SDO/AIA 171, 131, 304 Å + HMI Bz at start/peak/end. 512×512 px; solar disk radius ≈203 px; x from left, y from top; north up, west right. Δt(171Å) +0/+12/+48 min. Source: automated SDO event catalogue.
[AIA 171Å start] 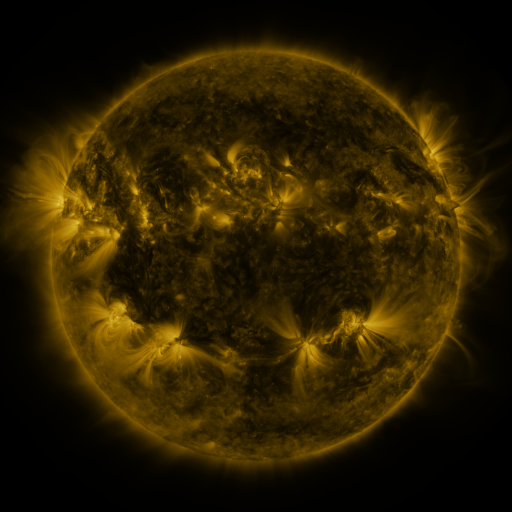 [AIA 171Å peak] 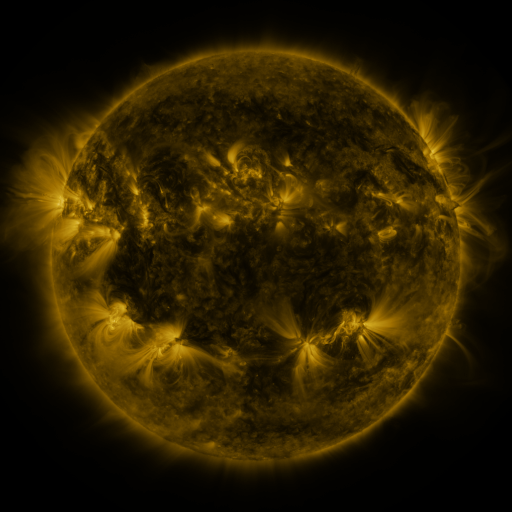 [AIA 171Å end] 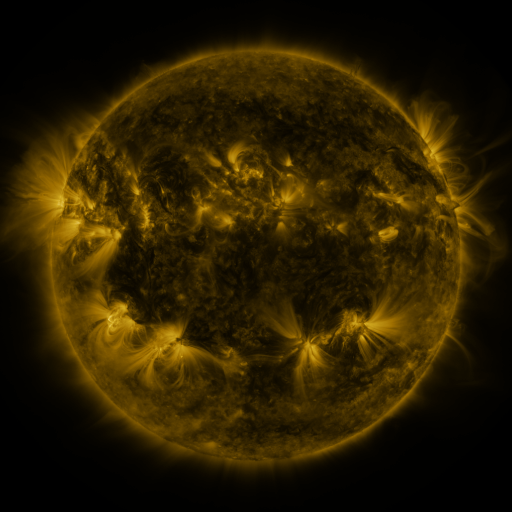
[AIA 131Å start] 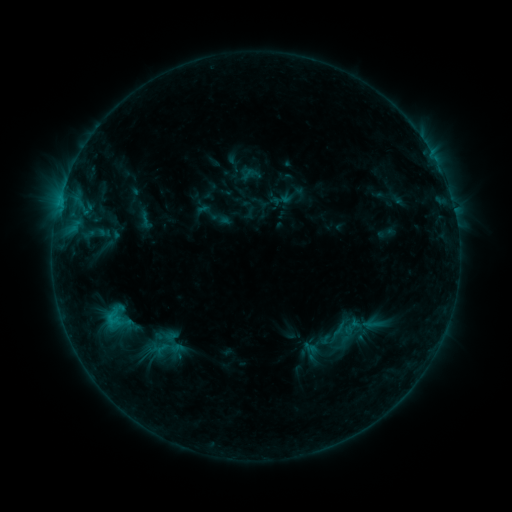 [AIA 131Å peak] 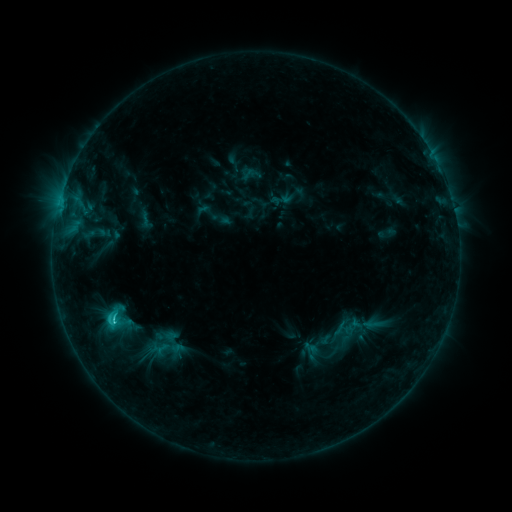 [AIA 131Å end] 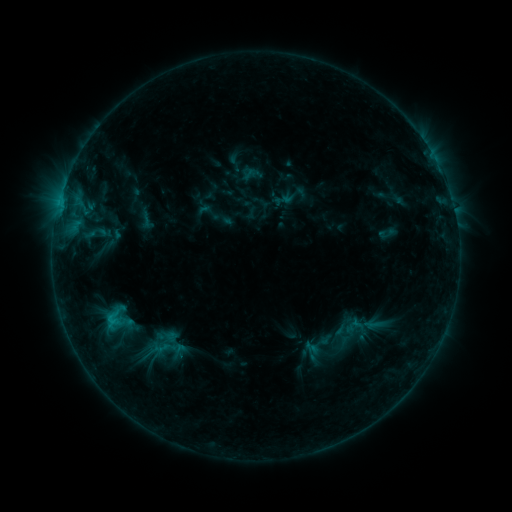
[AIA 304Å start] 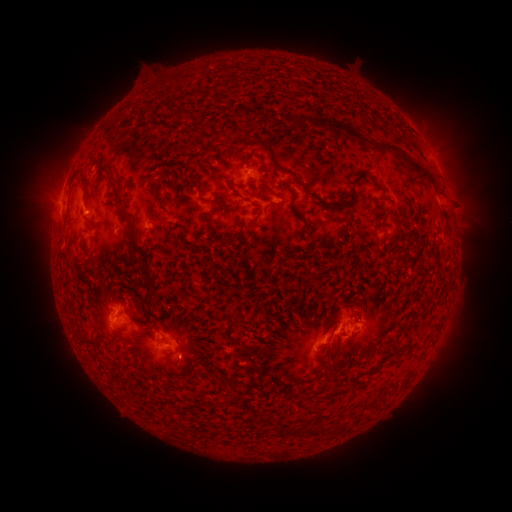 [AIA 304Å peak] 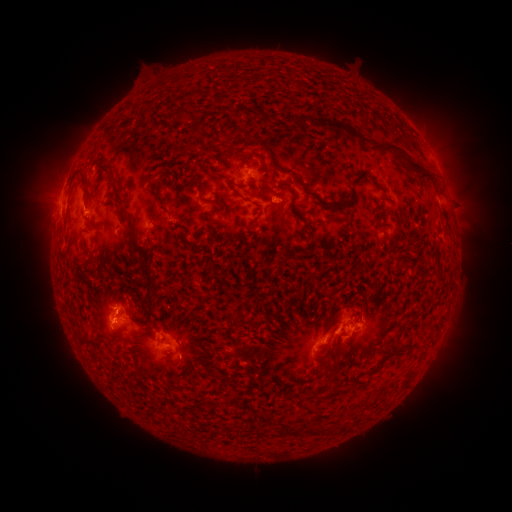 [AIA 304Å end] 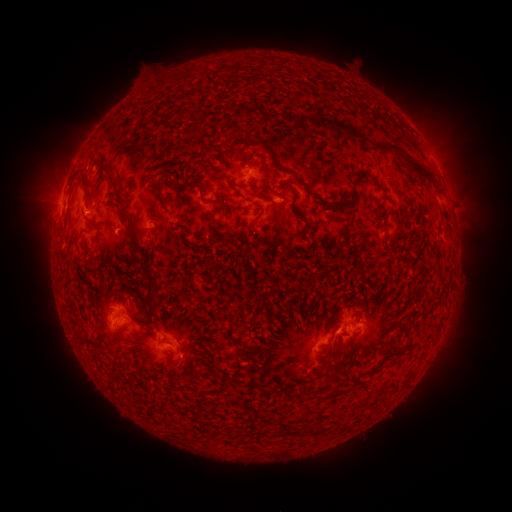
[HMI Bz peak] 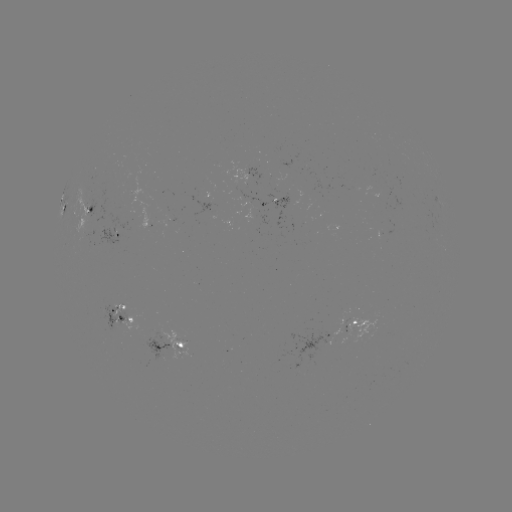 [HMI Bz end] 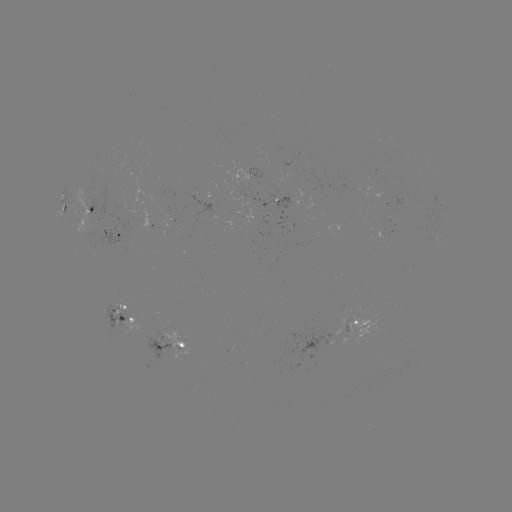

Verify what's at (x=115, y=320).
C2.1 flare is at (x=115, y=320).